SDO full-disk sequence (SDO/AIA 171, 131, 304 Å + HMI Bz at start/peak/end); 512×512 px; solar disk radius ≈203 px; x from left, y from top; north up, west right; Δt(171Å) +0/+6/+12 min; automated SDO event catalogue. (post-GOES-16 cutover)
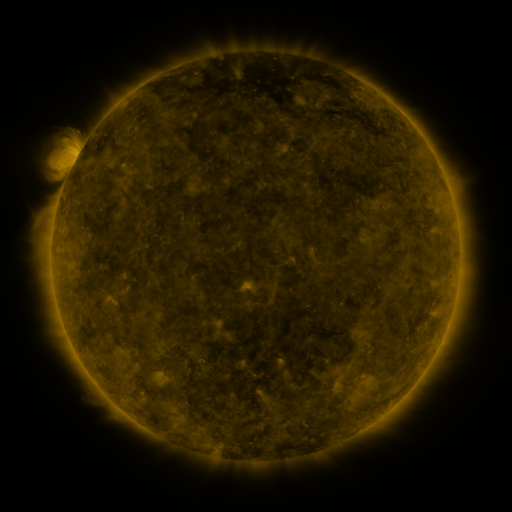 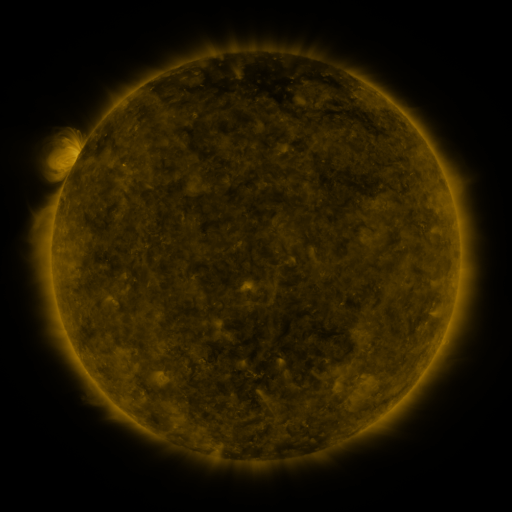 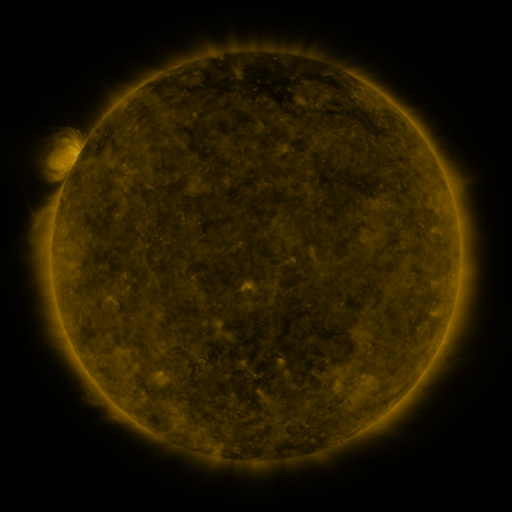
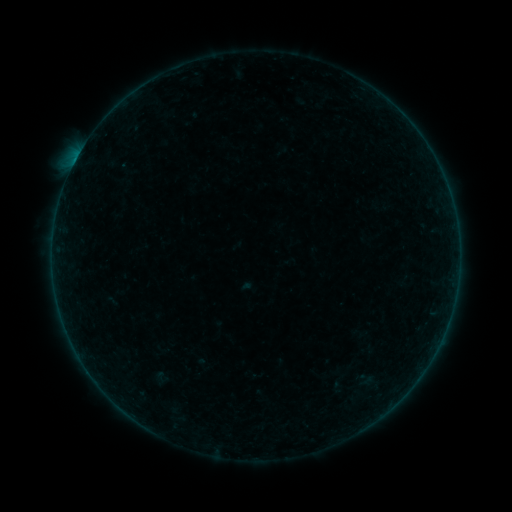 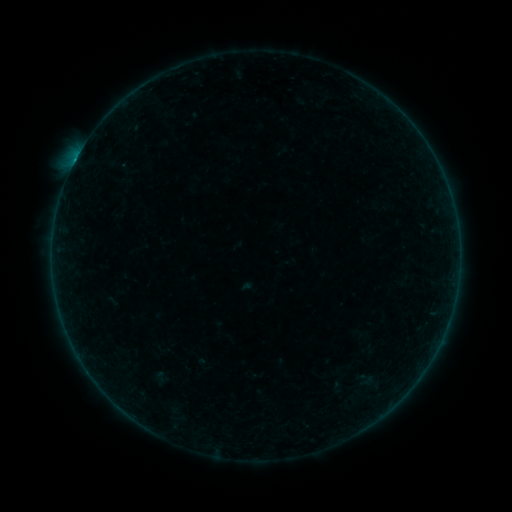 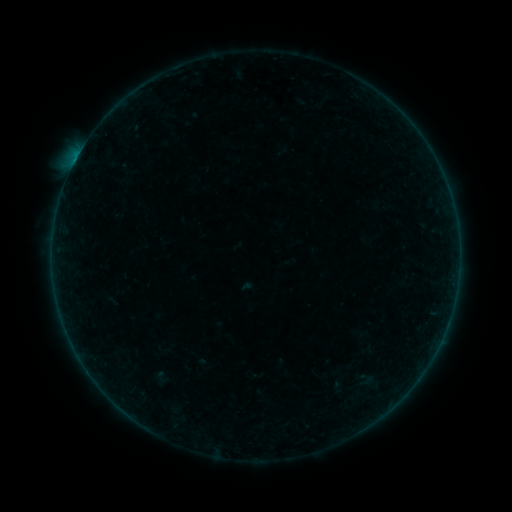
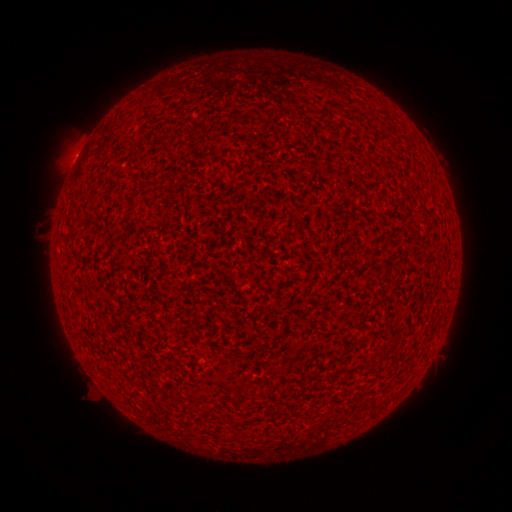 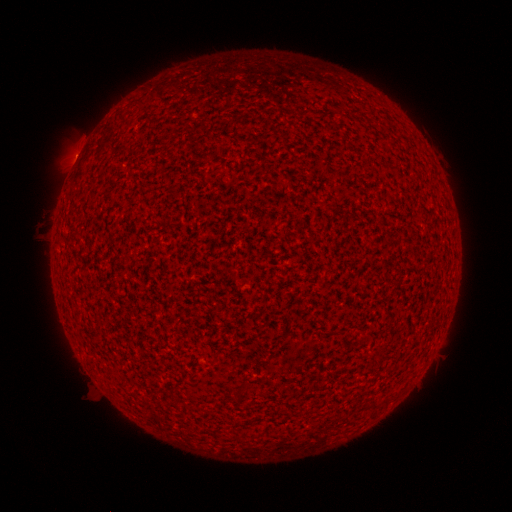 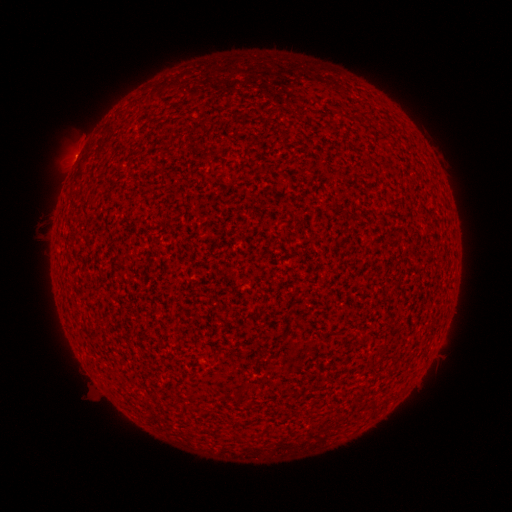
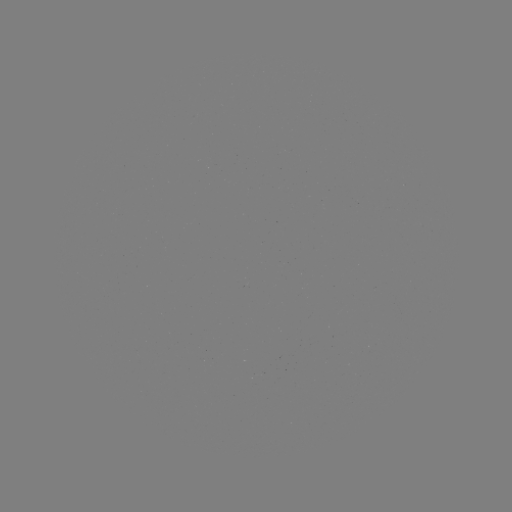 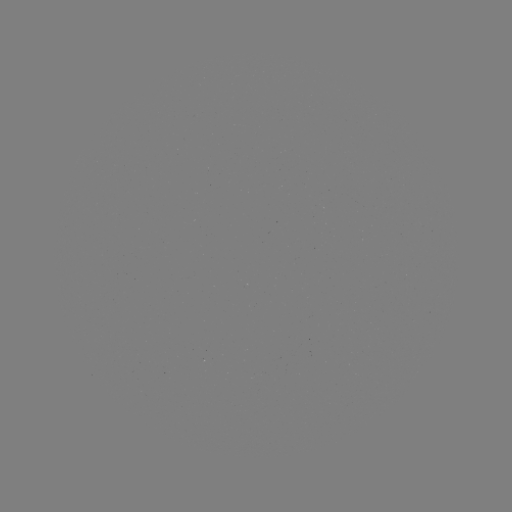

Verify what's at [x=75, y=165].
B2.0 flare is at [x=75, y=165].